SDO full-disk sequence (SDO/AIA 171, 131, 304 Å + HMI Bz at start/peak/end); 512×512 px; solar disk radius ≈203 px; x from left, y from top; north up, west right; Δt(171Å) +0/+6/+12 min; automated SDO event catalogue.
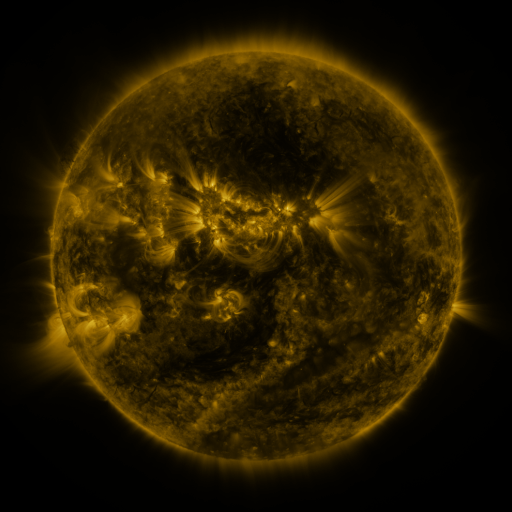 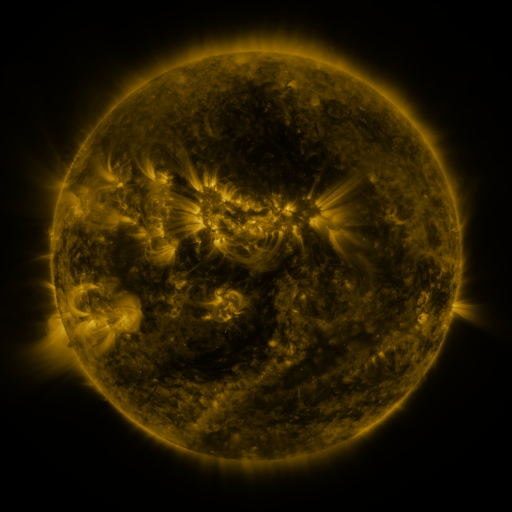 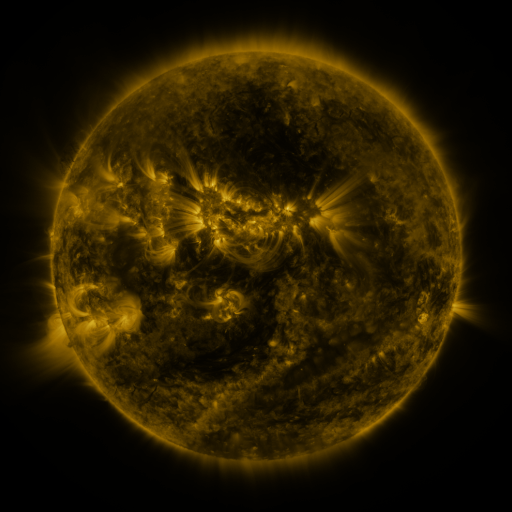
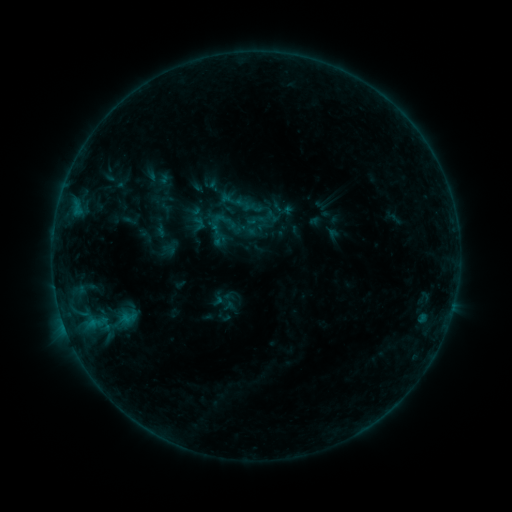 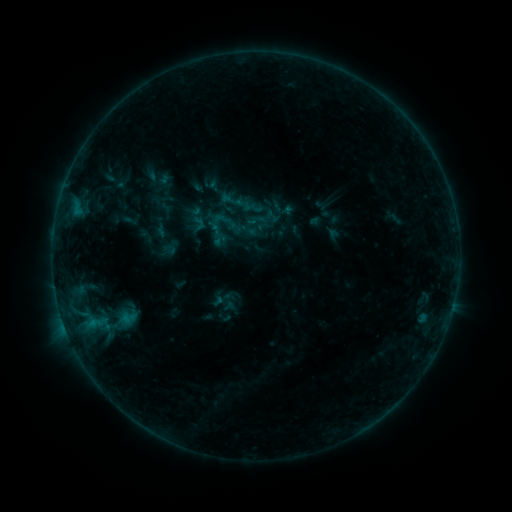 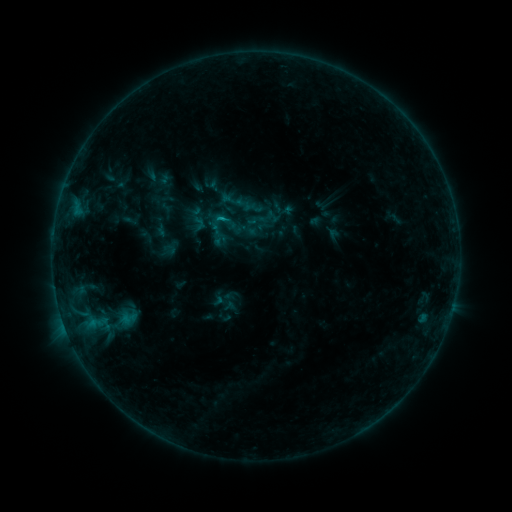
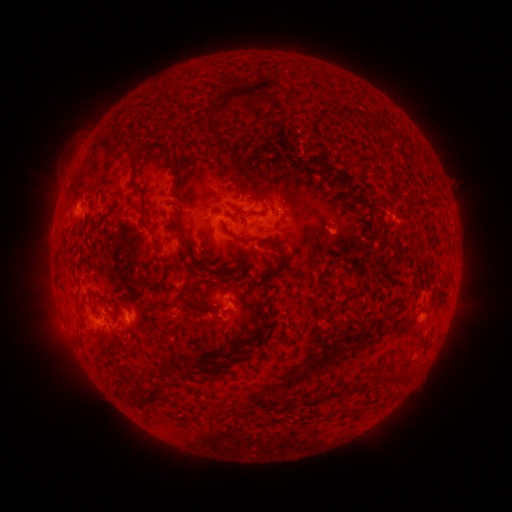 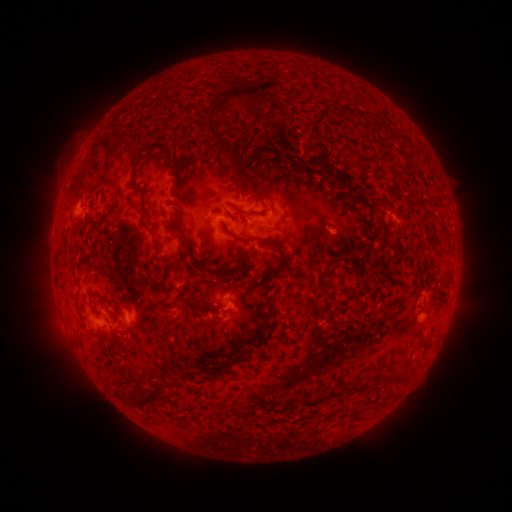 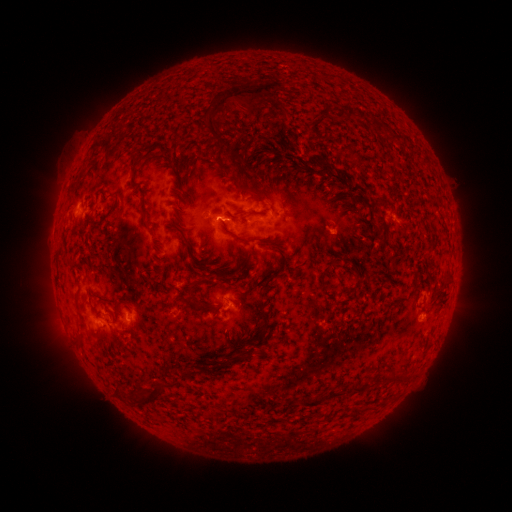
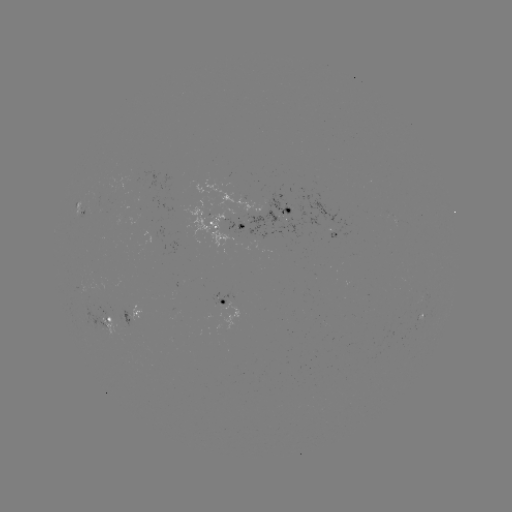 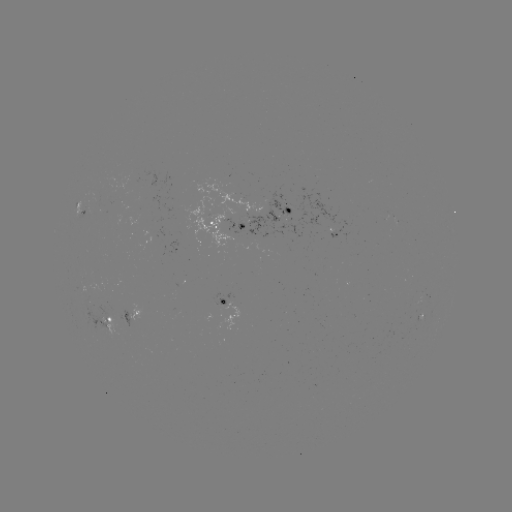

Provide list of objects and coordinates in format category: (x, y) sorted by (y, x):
B5.5 flare: (92, 321)
